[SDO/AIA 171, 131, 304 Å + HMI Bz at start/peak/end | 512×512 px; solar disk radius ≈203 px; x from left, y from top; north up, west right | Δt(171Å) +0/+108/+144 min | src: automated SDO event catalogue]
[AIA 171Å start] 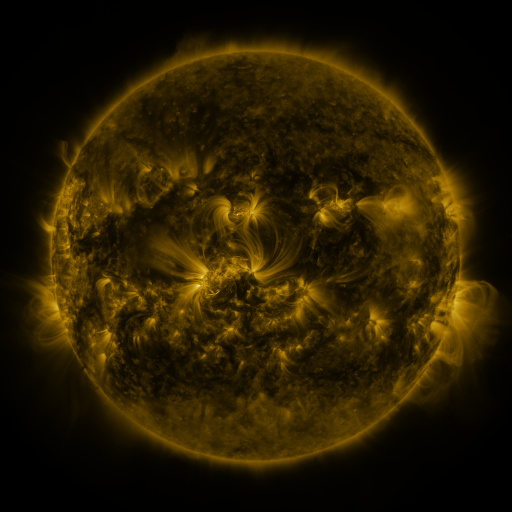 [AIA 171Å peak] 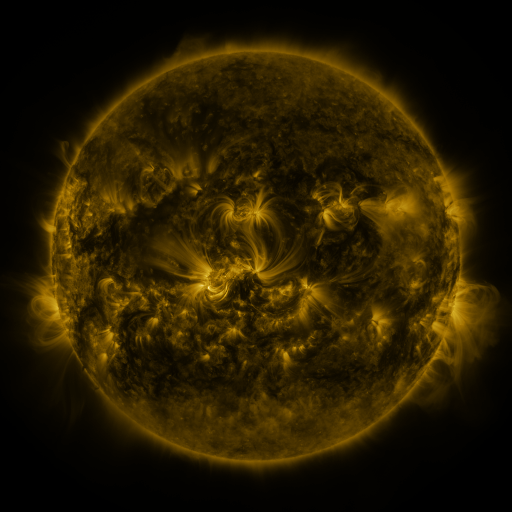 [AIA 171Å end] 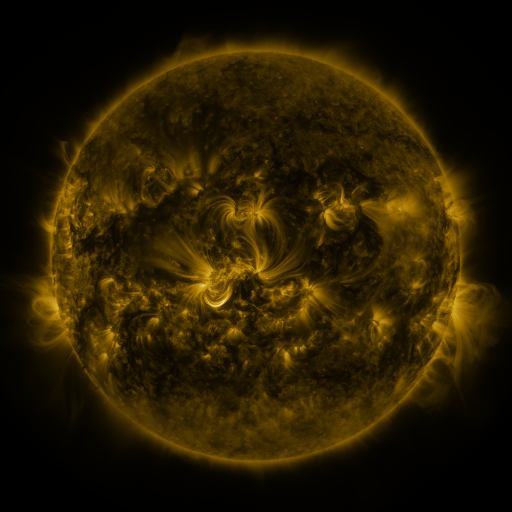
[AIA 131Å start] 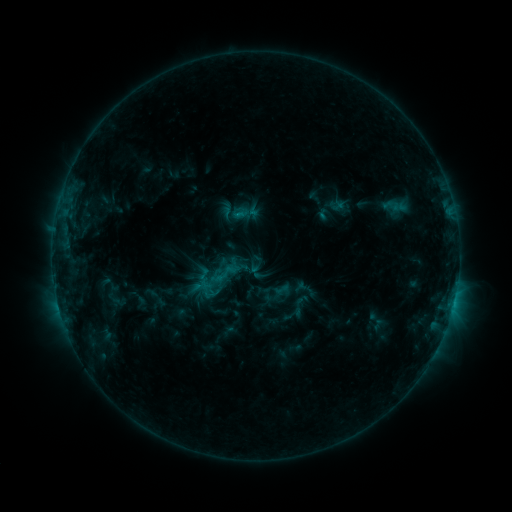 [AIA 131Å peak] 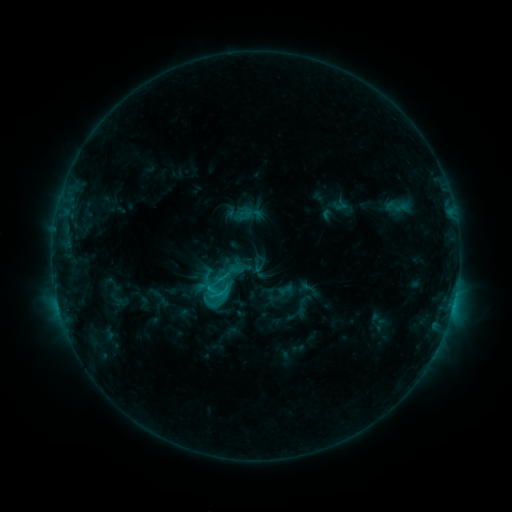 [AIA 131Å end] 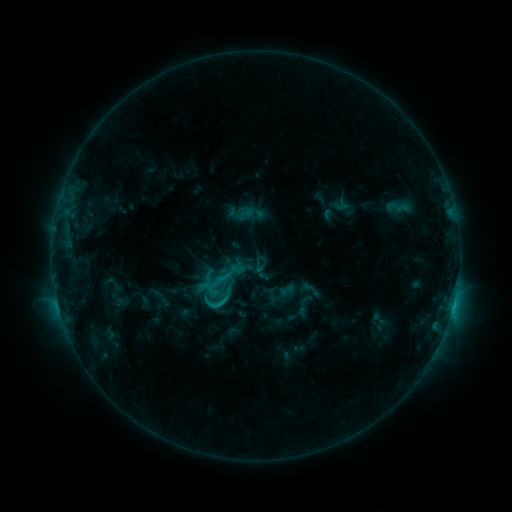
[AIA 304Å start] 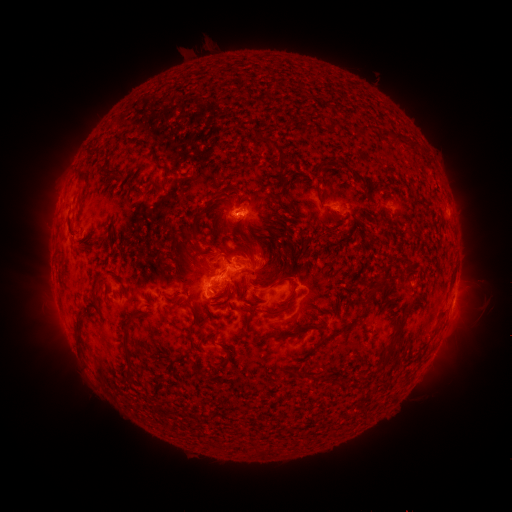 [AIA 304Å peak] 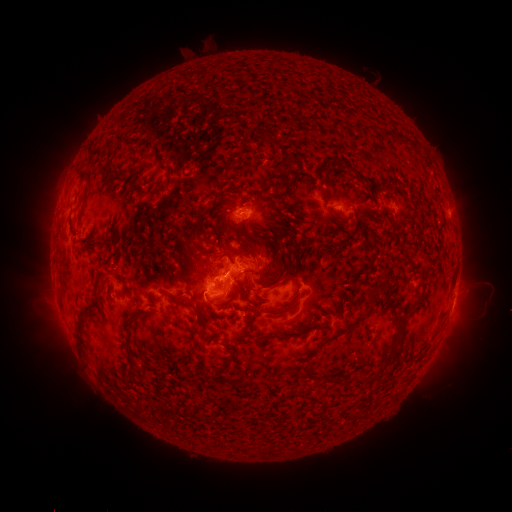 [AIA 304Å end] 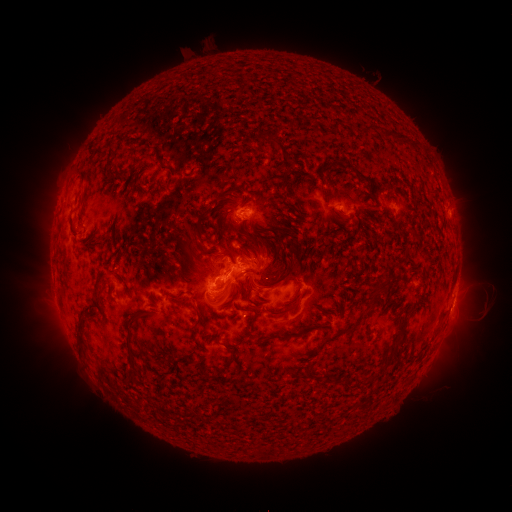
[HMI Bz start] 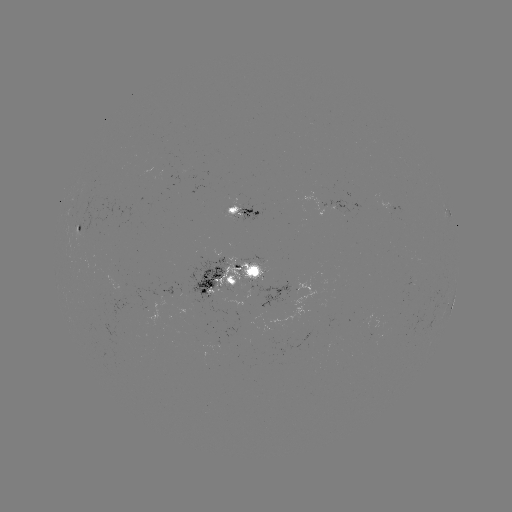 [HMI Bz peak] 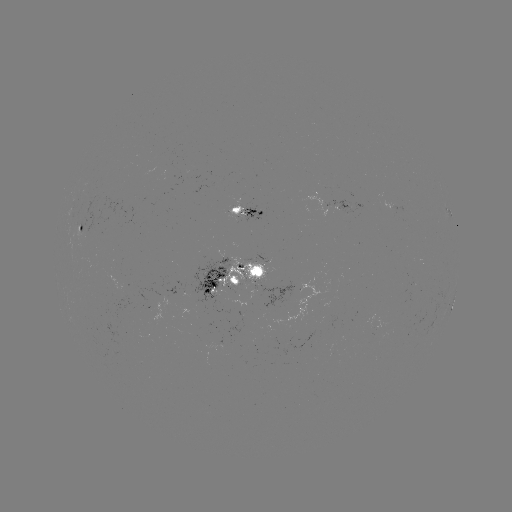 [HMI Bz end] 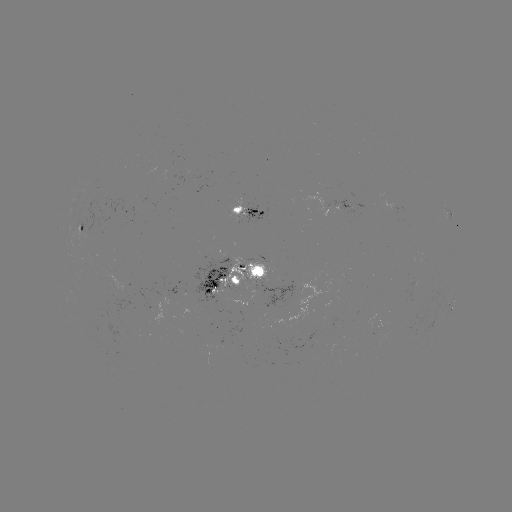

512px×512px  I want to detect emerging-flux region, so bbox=[224, 327, 240, 334].